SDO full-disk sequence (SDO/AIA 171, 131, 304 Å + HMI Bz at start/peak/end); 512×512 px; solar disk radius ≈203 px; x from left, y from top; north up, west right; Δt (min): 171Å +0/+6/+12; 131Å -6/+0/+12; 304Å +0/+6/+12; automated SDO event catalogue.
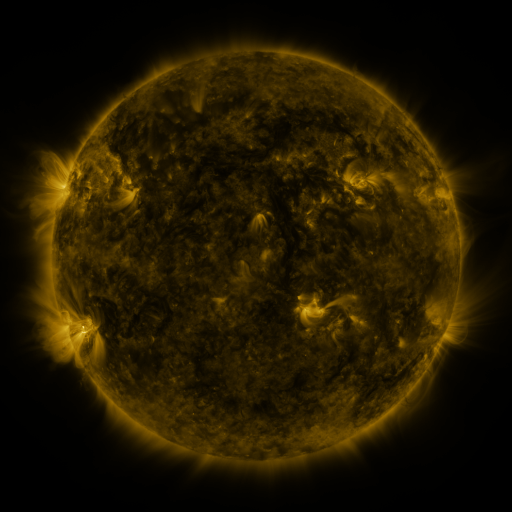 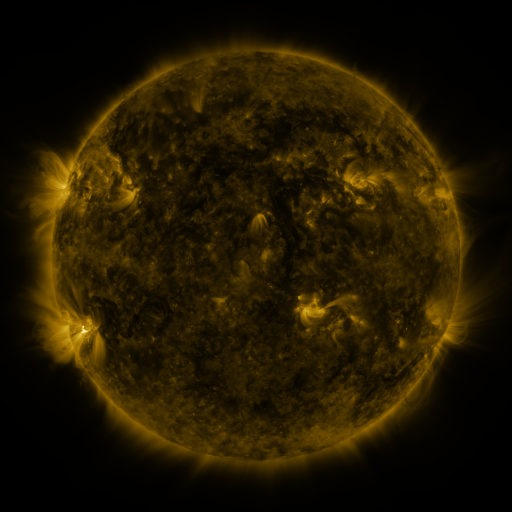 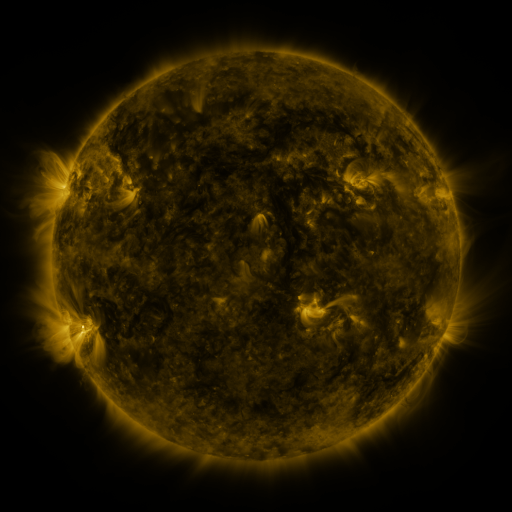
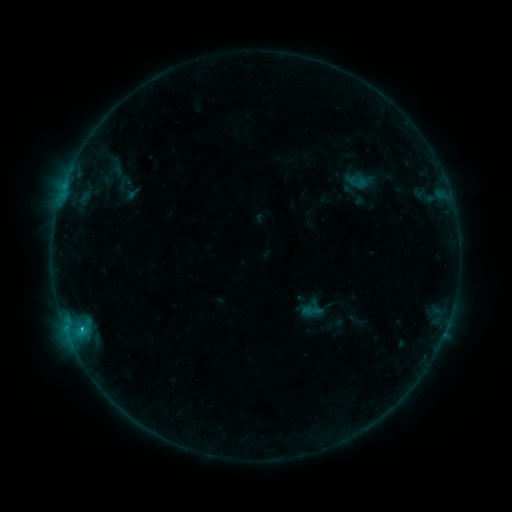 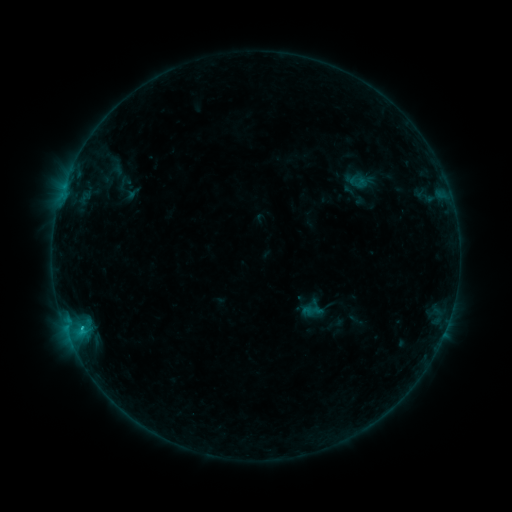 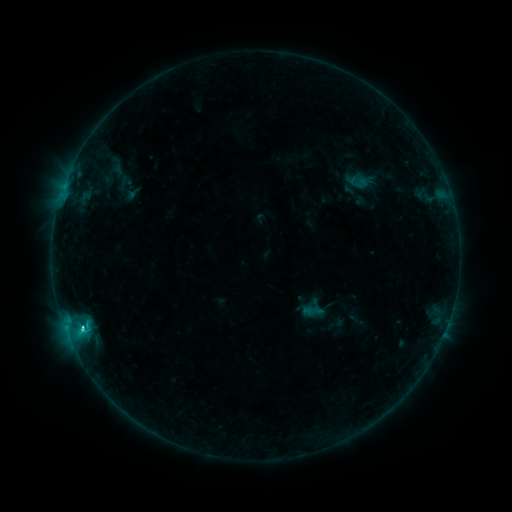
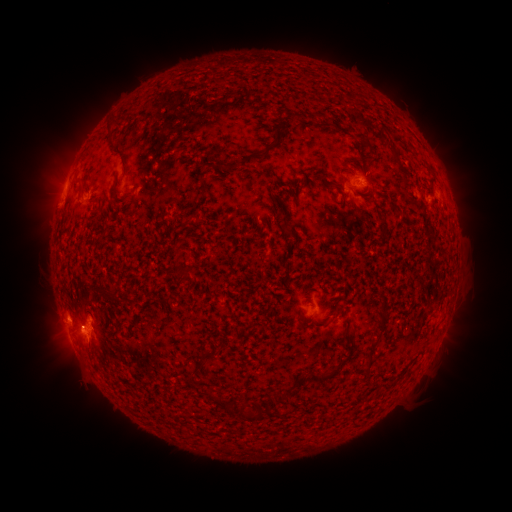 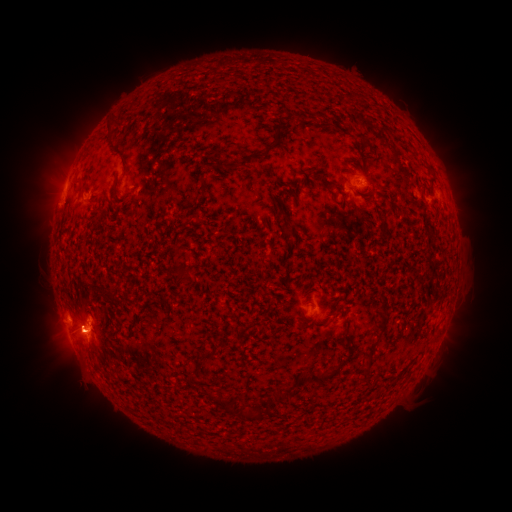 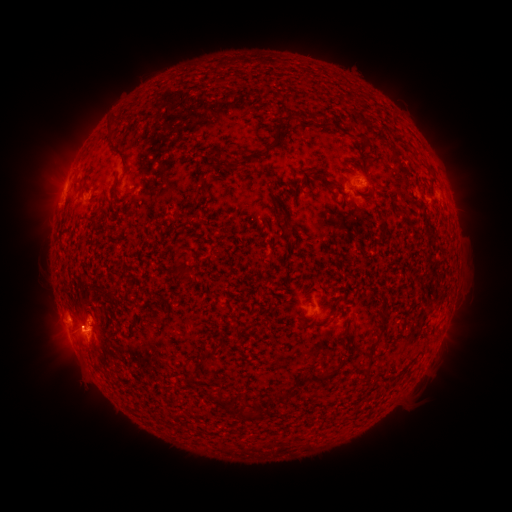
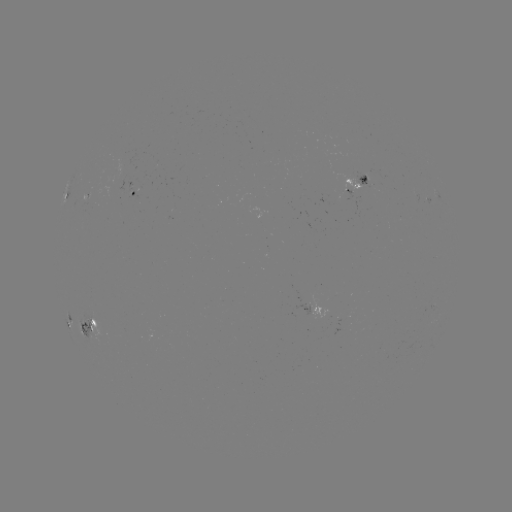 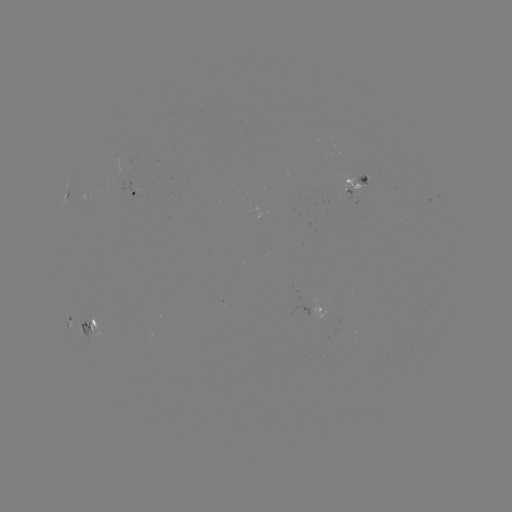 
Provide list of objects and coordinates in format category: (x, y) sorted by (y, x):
C3.7 flare: (82, 327)
